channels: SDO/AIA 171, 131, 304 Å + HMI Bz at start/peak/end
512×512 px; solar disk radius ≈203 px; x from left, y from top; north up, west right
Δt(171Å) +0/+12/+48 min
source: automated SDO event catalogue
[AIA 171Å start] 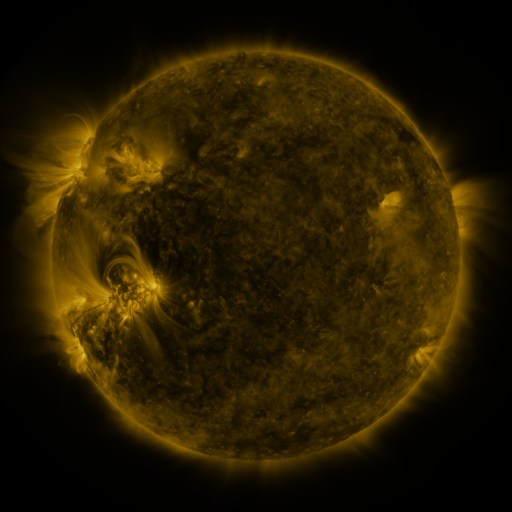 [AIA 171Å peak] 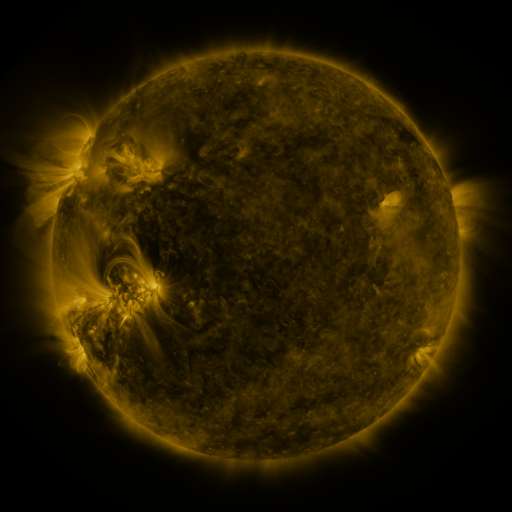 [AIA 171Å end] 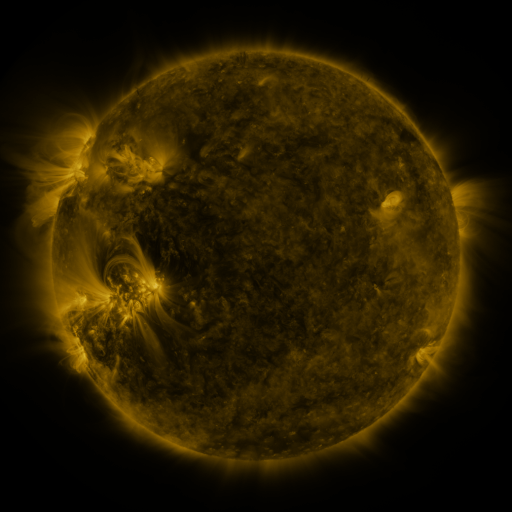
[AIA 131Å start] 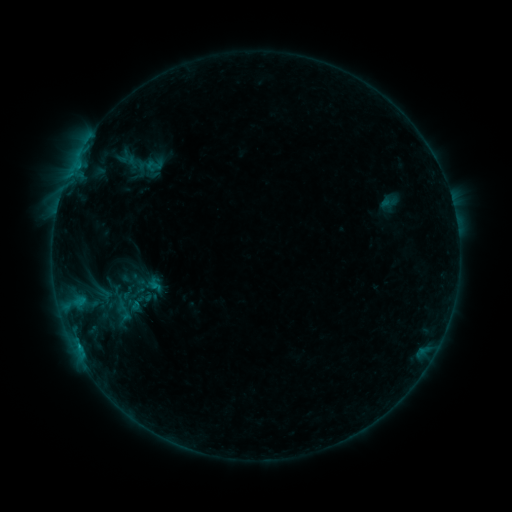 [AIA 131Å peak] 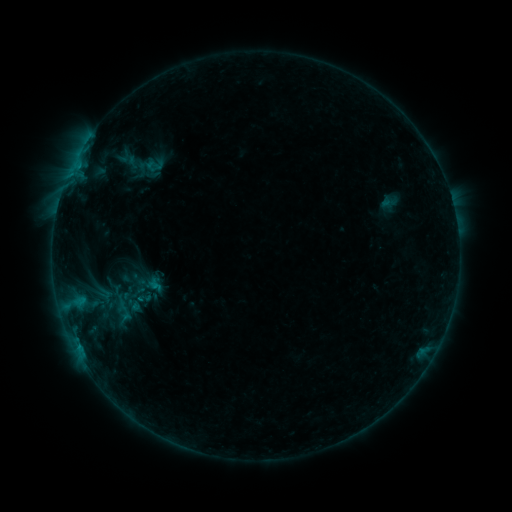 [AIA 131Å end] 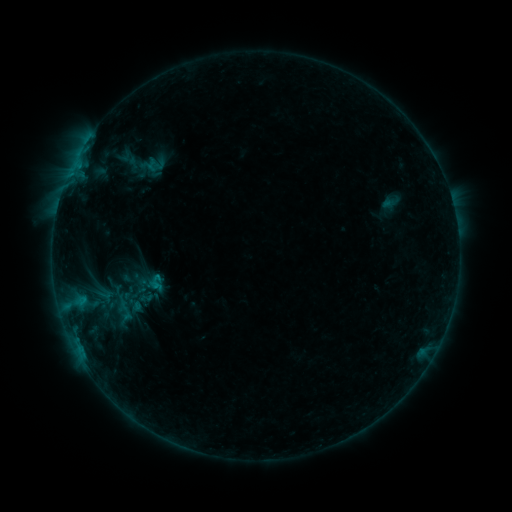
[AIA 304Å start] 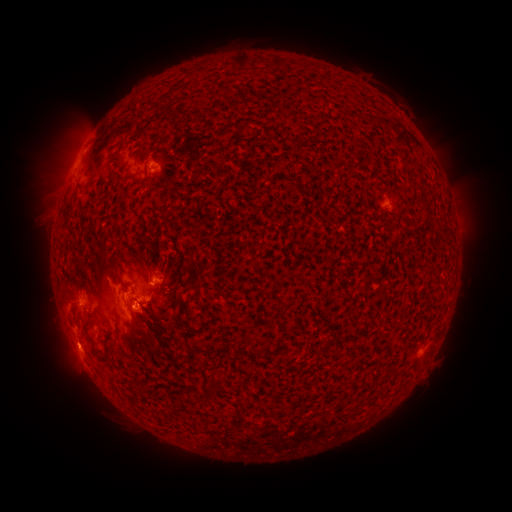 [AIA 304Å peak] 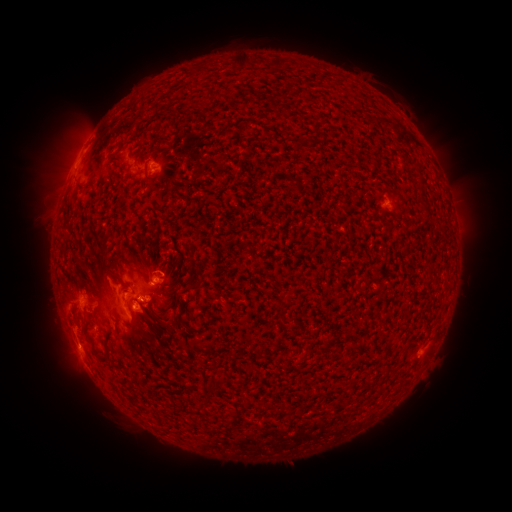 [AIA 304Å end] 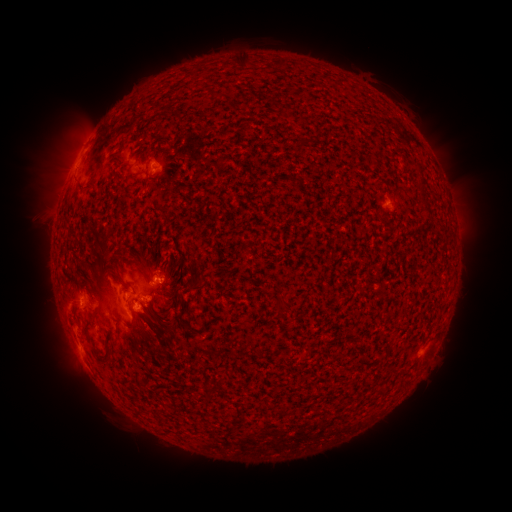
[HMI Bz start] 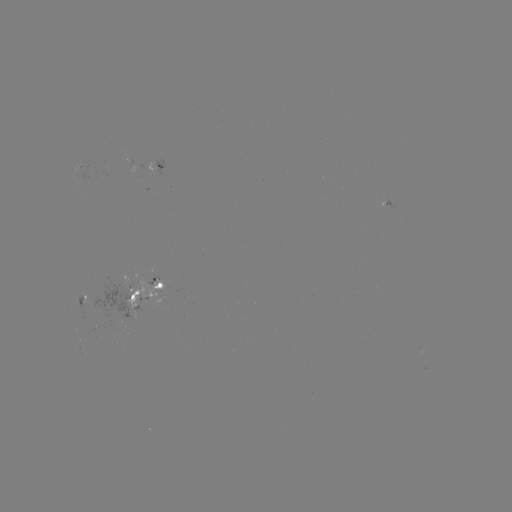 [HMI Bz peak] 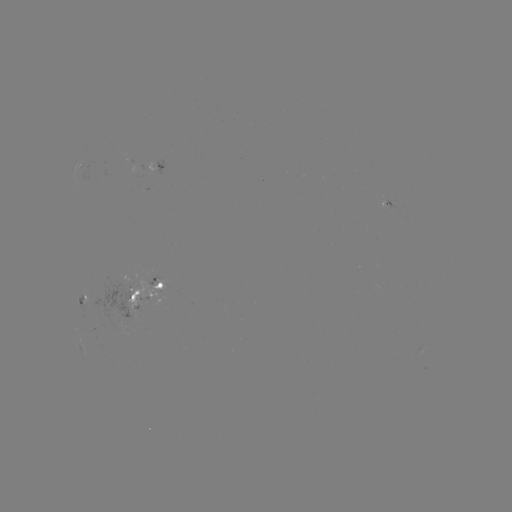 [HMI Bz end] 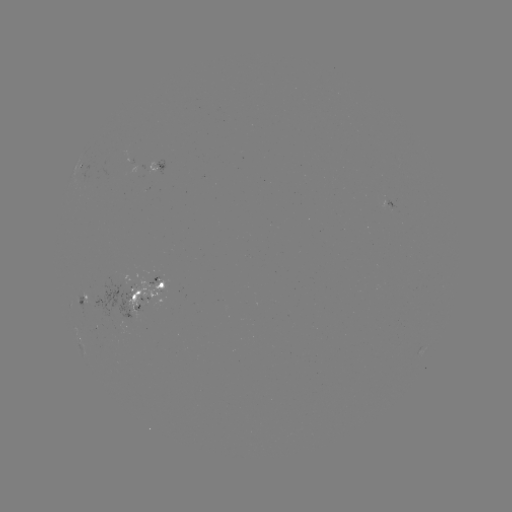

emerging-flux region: (147, 275, 163, 284)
